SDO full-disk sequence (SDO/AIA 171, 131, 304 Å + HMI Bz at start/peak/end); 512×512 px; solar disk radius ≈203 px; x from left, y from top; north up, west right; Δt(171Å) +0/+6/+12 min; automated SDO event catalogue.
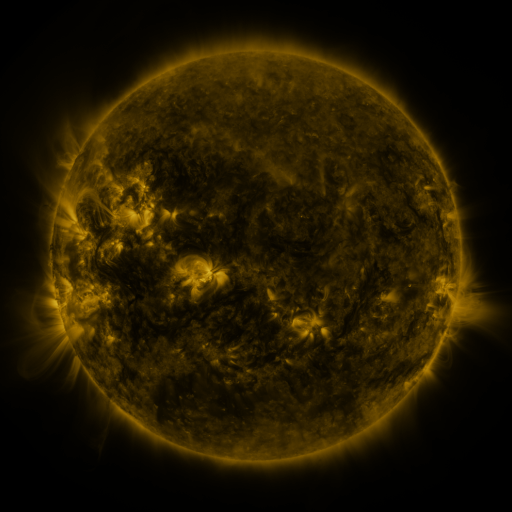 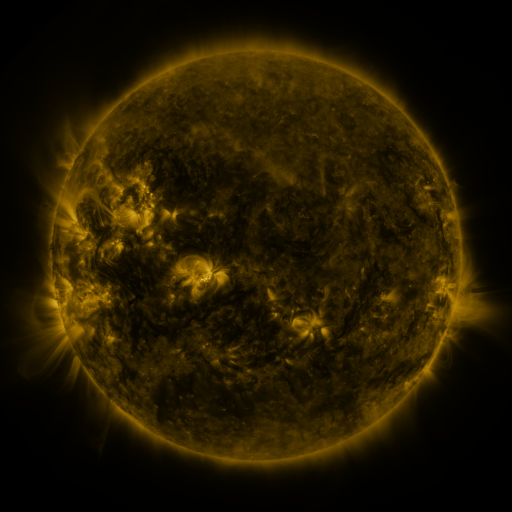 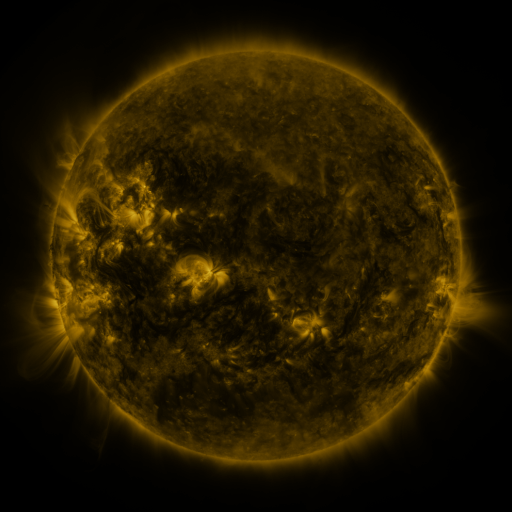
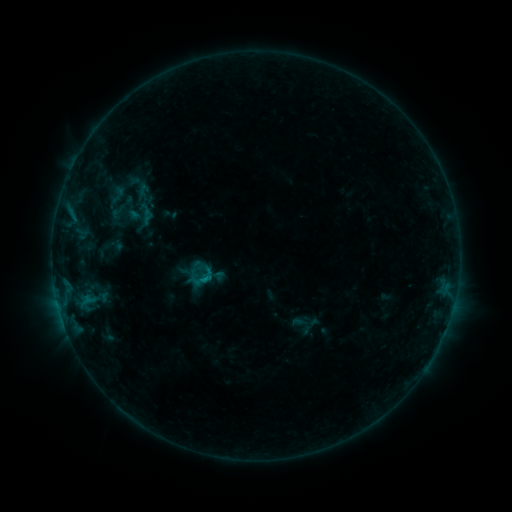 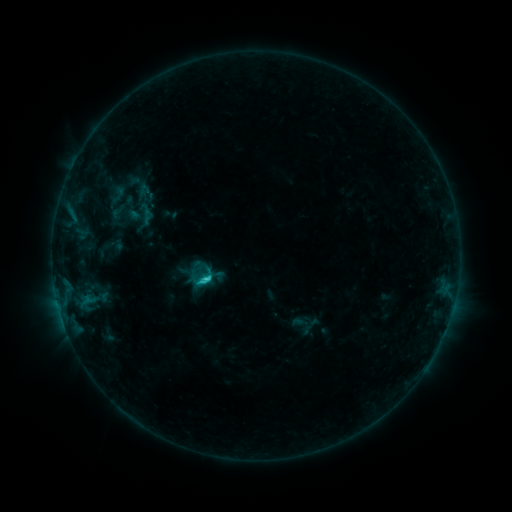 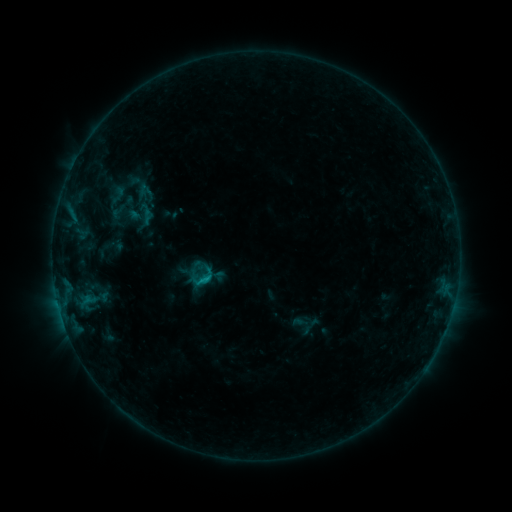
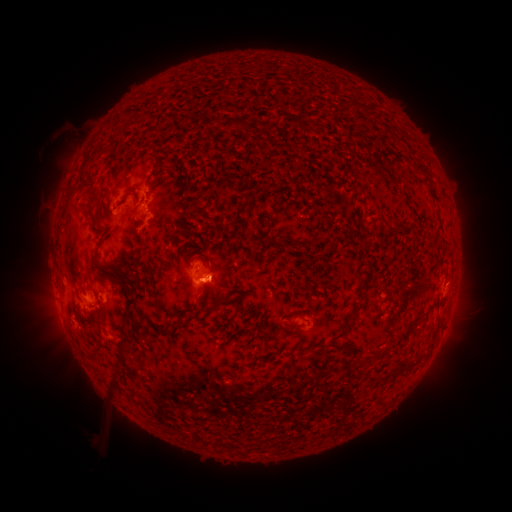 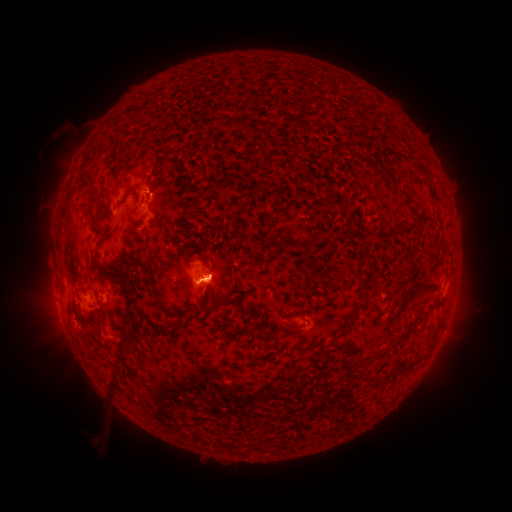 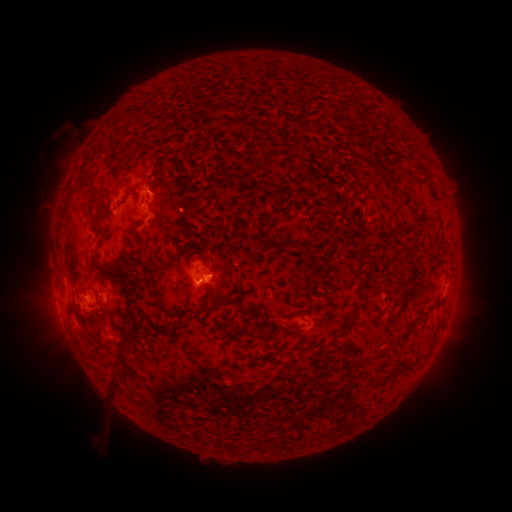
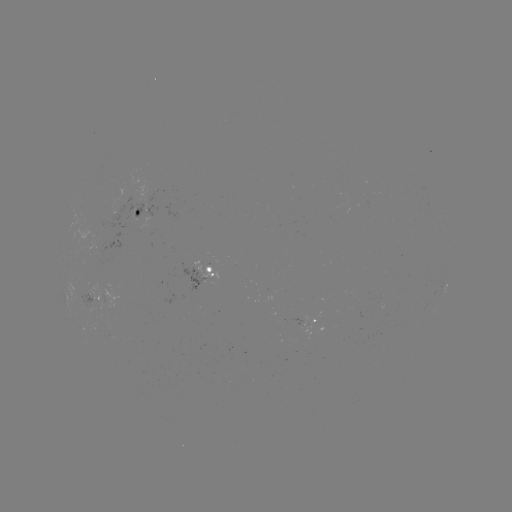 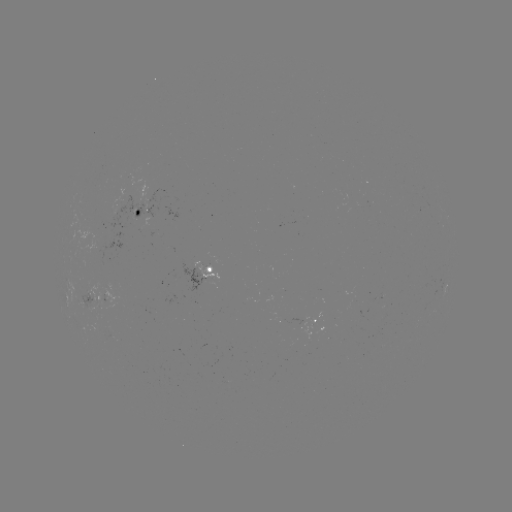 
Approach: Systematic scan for C1.3 flare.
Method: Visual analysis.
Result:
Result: C1.3 flare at [206, 276].